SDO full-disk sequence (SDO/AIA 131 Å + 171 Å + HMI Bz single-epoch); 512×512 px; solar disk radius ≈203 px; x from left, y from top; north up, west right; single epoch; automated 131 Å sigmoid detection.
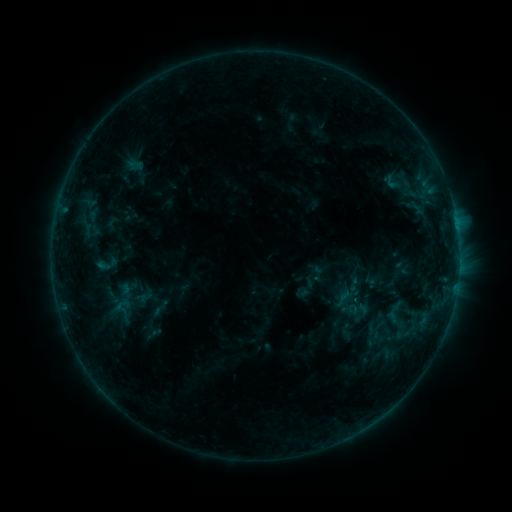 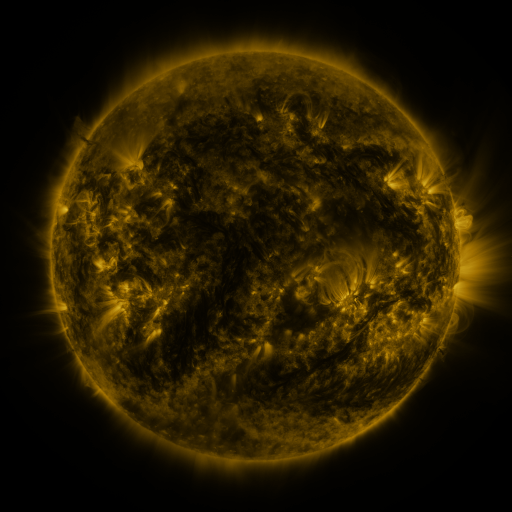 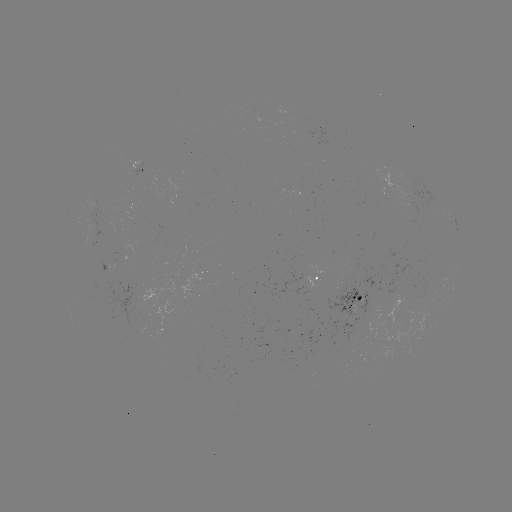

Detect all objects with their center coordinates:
sigmoid: (122, 305)
sigmoid: (158, 309)
sigmoid: (398, 315)
